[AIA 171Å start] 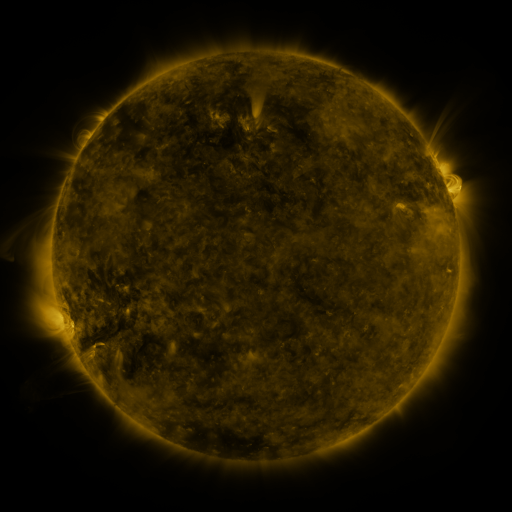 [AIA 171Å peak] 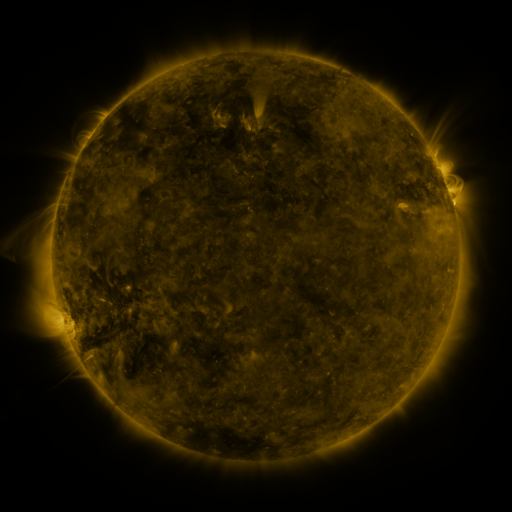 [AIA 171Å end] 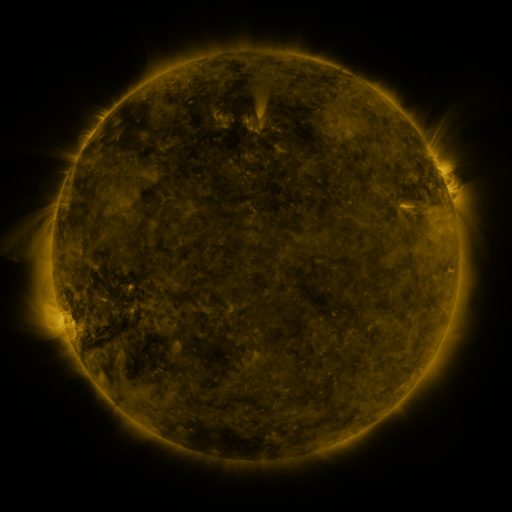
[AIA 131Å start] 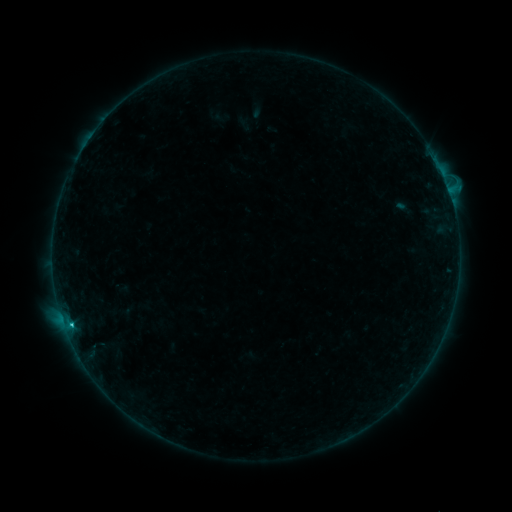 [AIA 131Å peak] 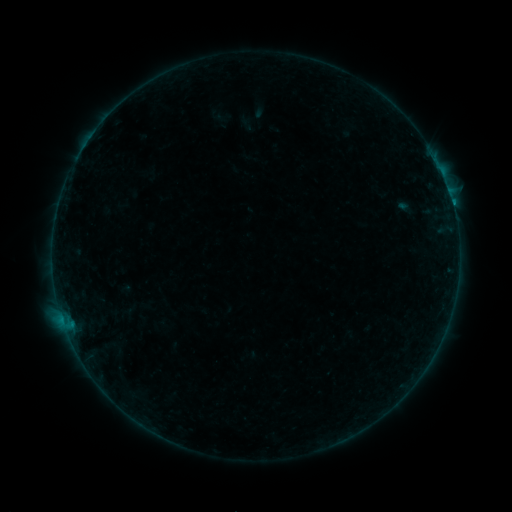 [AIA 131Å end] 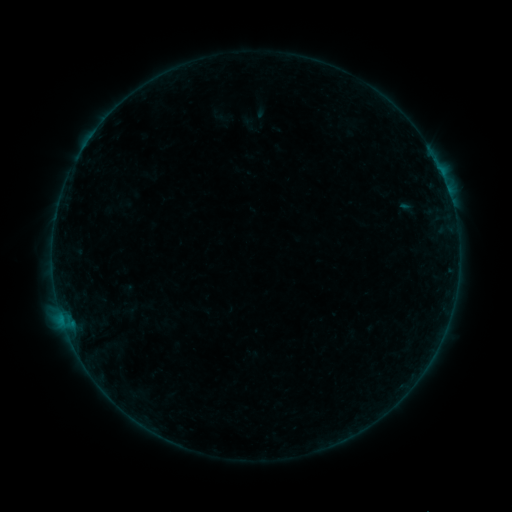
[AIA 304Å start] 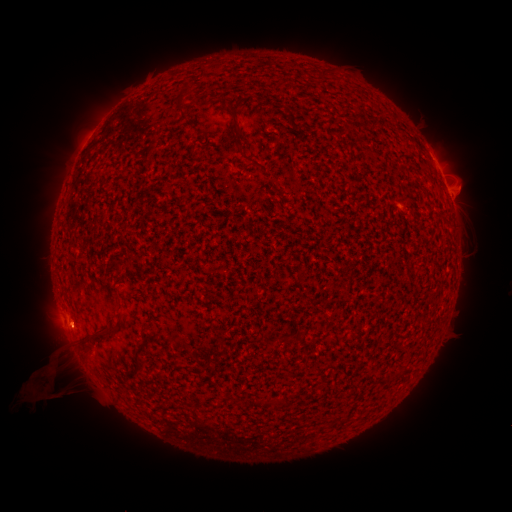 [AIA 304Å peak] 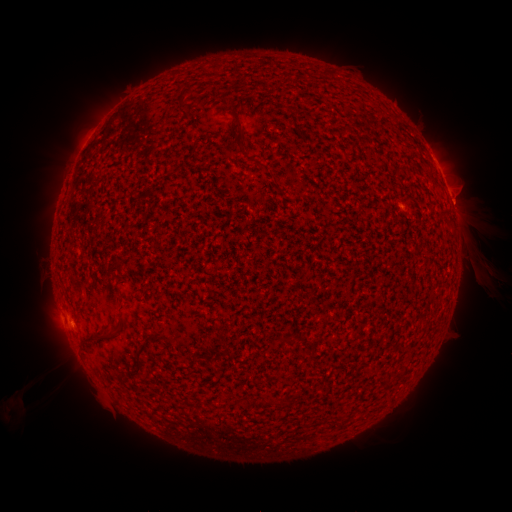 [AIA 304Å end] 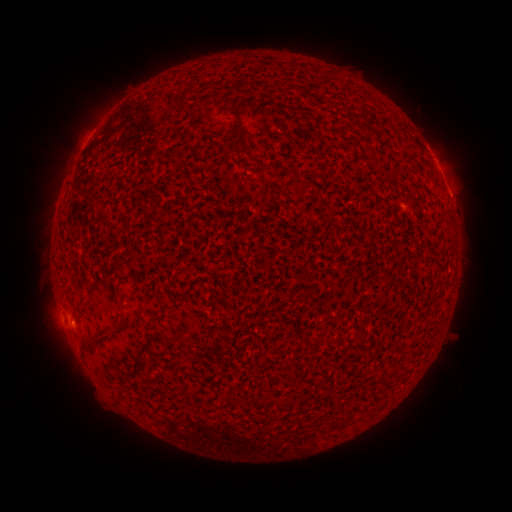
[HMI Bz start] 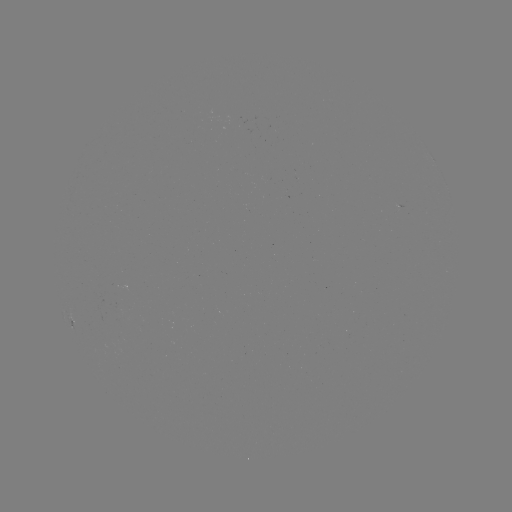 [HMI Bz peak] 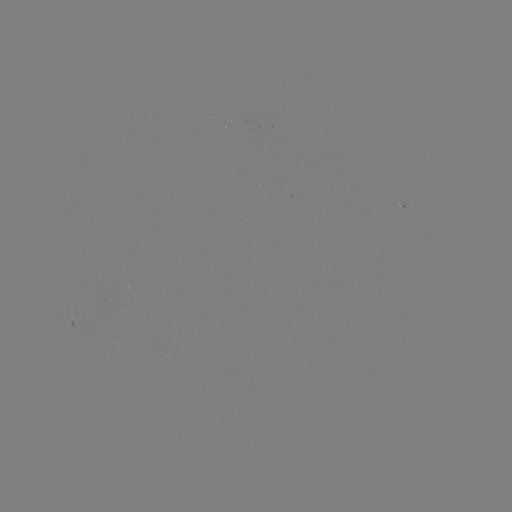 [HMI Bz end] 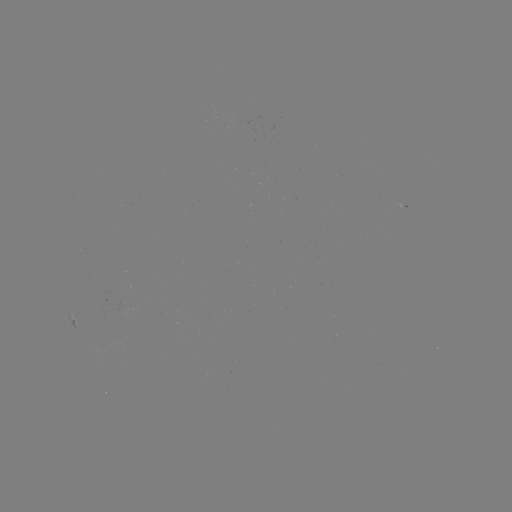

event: filament eruption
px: (472, 239)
